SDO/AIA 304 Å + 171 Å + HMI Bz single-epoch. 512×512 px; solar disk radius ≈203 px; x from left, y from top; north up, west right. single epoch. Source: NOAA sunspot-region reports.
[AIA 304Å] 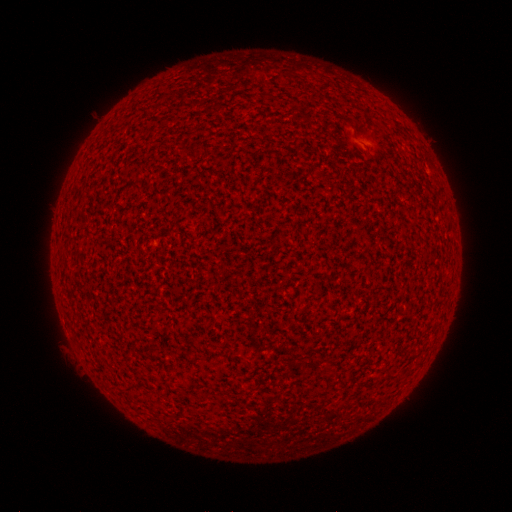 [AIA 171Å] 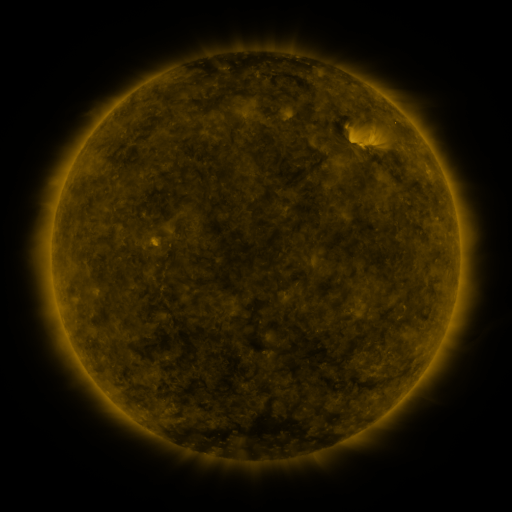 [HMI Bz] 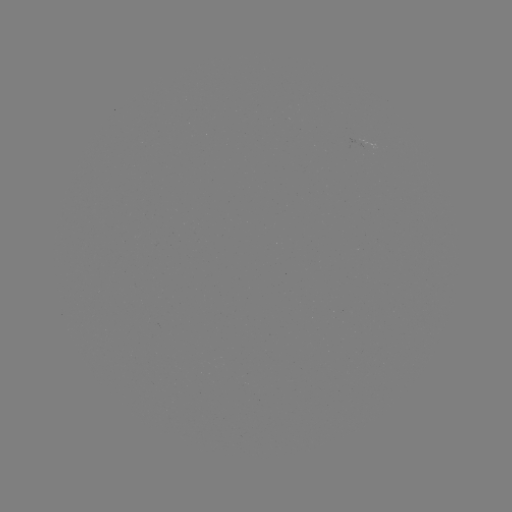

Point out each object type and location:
(none)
